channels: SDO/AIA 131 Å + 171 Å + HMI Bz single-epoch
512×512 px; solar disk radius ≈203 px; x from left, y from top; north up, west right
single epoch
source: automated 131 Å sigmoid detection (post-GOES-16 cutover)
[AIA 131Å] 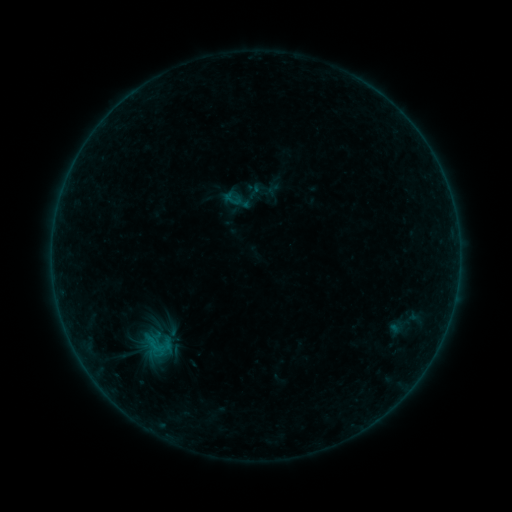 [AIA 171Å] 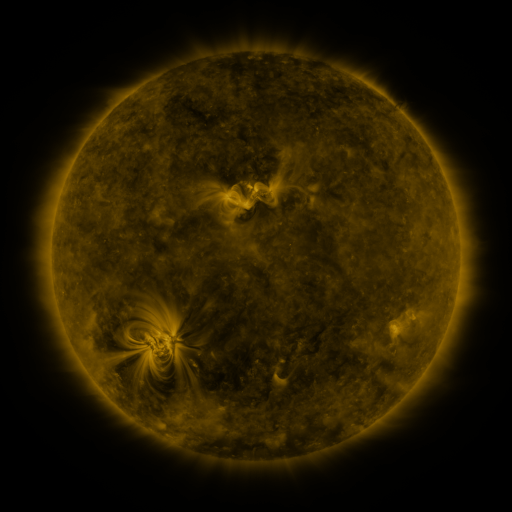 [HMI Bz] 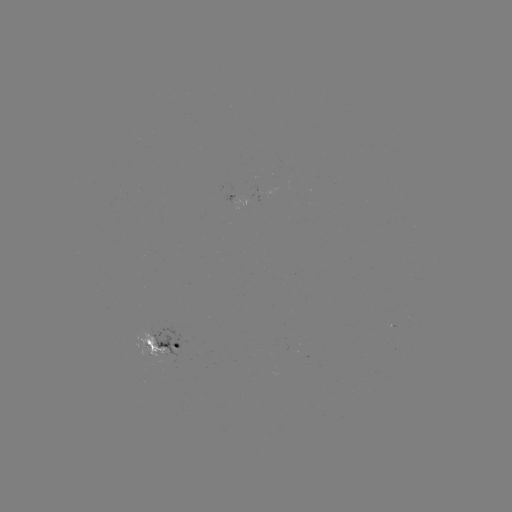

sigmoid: <bbox>127, 323, 185, 367</bbox>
